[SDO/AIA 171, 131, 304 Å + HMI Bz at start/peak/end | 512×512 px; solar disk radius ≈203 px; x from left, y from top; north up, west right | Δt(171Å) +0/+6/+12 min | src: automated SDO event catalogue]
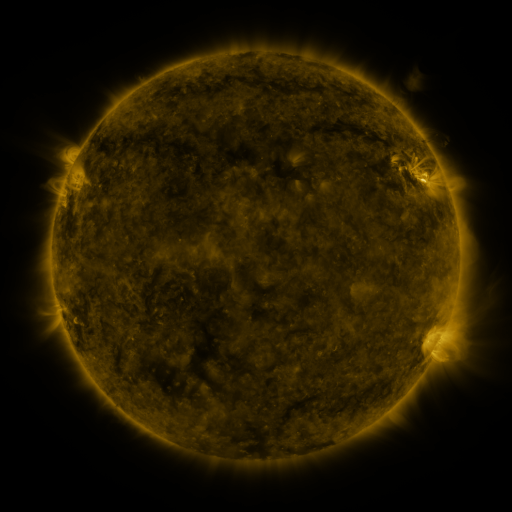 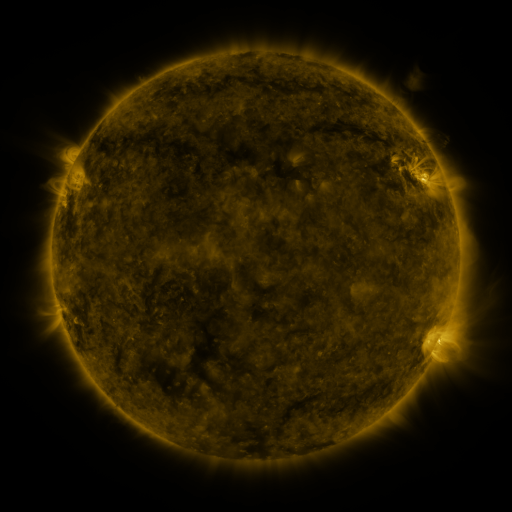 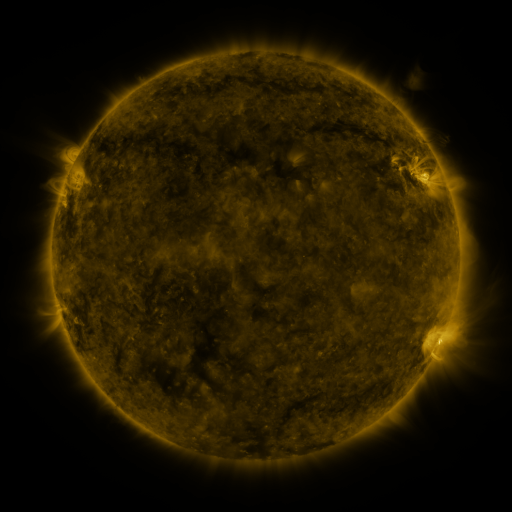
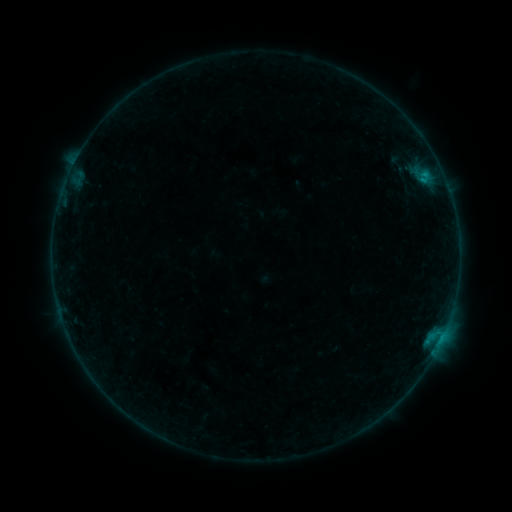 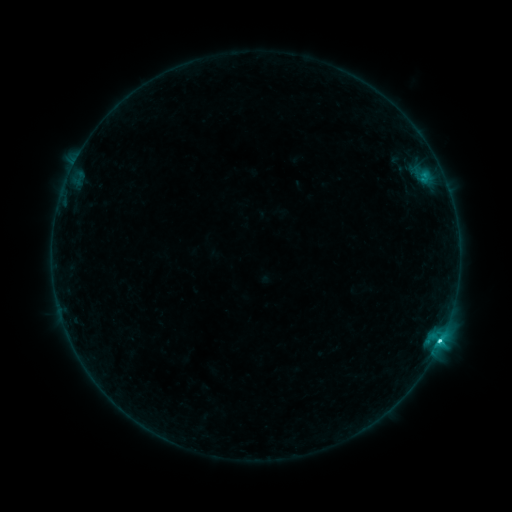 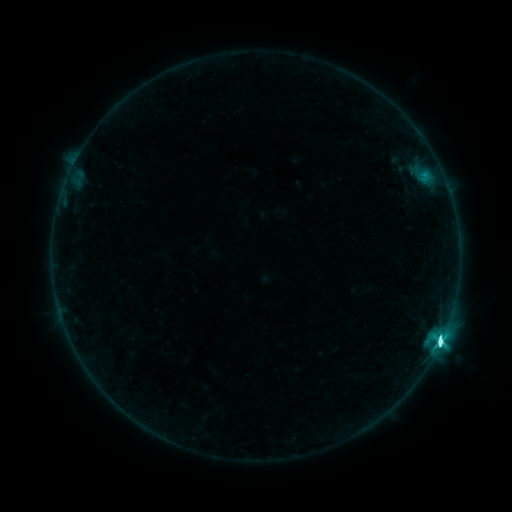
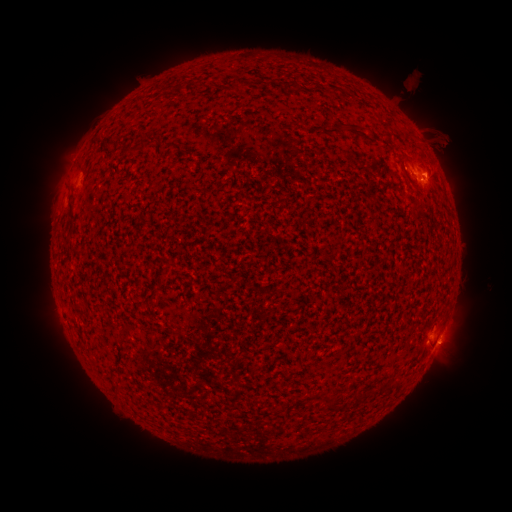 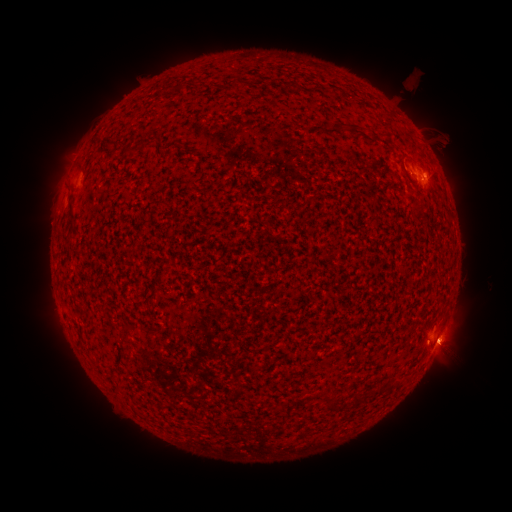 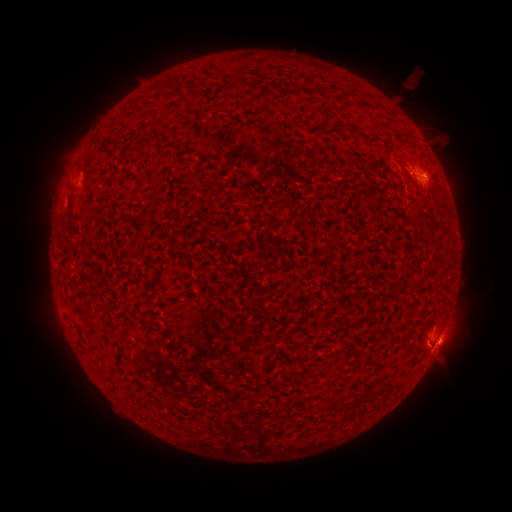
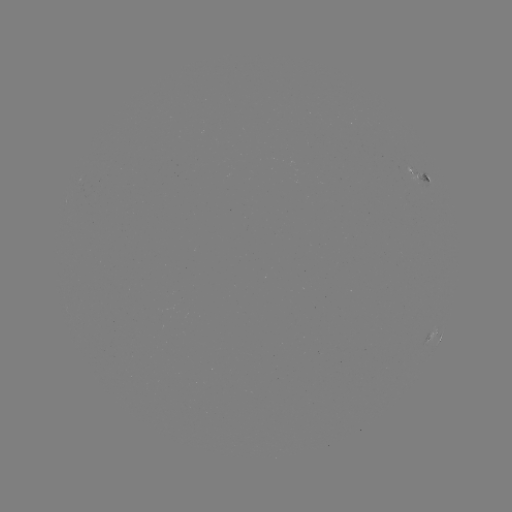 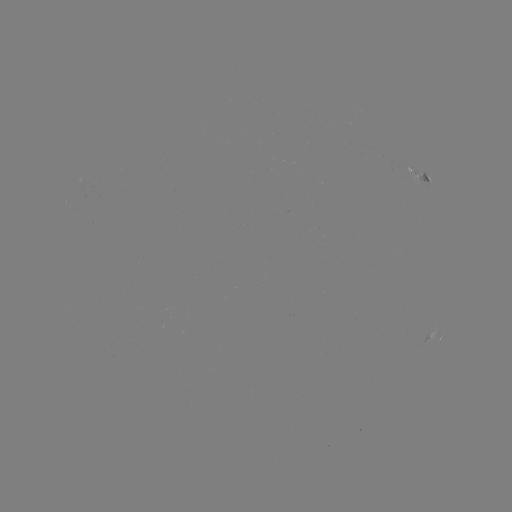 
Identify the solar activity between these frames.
M1.0 flare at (440, 339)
